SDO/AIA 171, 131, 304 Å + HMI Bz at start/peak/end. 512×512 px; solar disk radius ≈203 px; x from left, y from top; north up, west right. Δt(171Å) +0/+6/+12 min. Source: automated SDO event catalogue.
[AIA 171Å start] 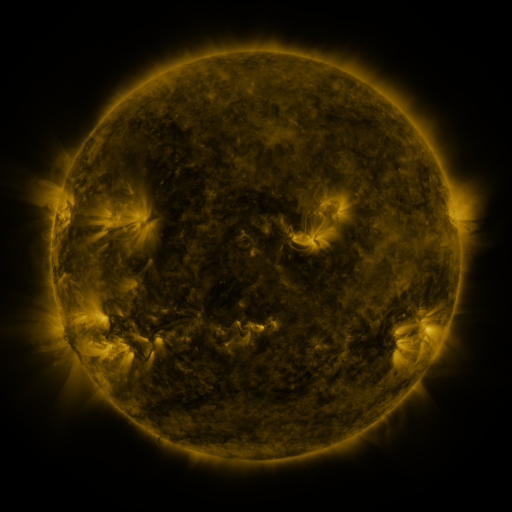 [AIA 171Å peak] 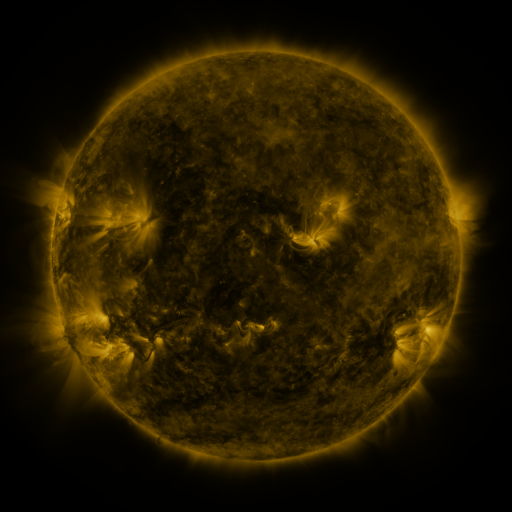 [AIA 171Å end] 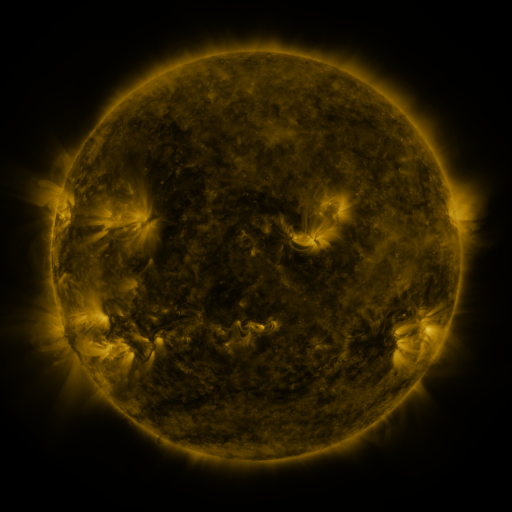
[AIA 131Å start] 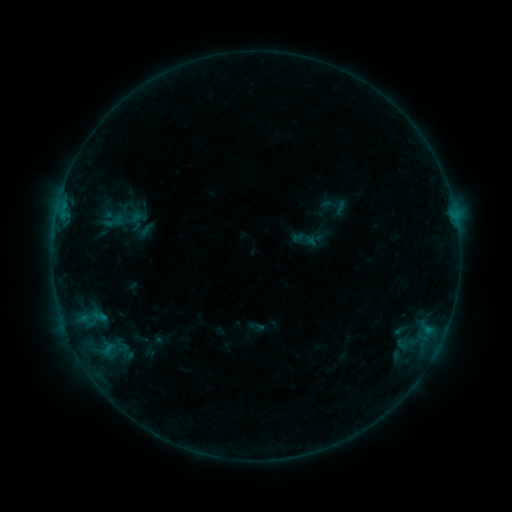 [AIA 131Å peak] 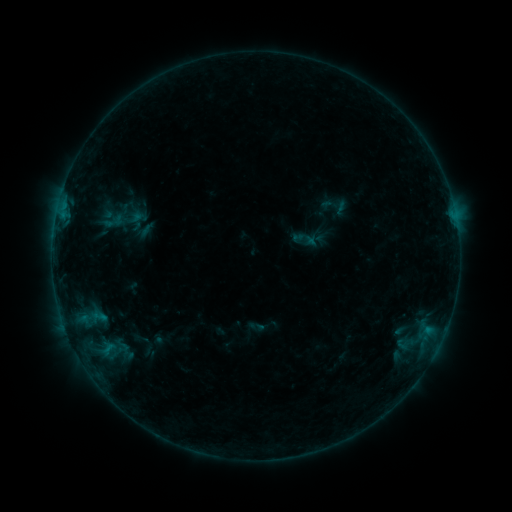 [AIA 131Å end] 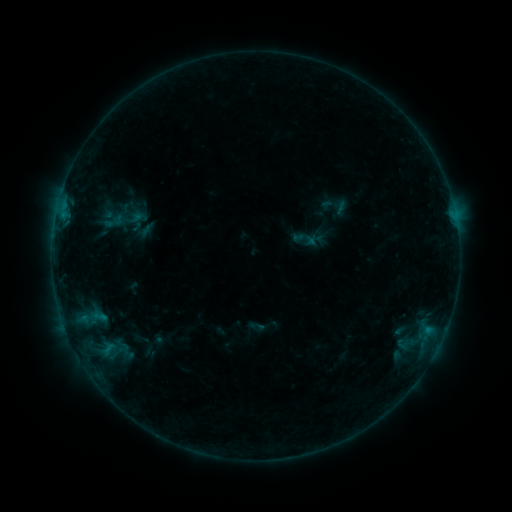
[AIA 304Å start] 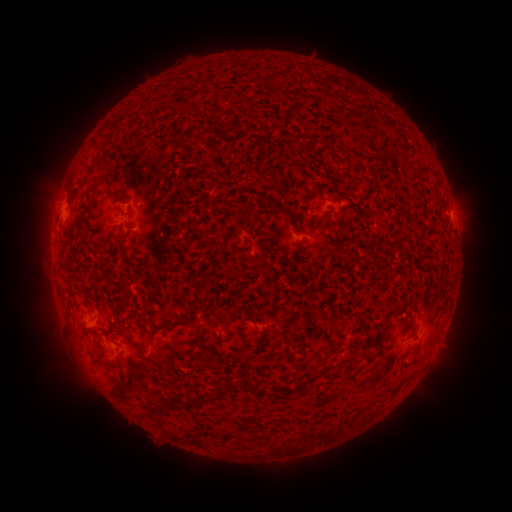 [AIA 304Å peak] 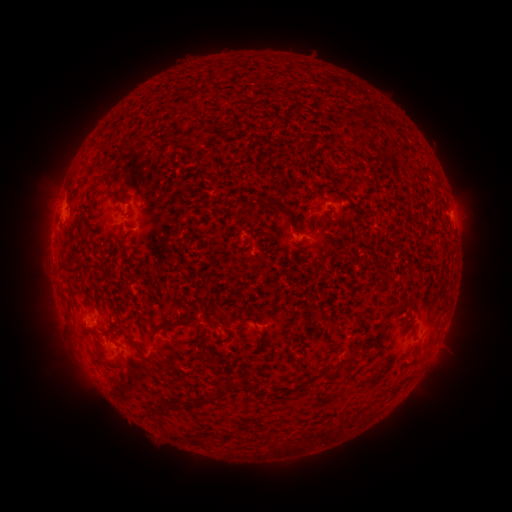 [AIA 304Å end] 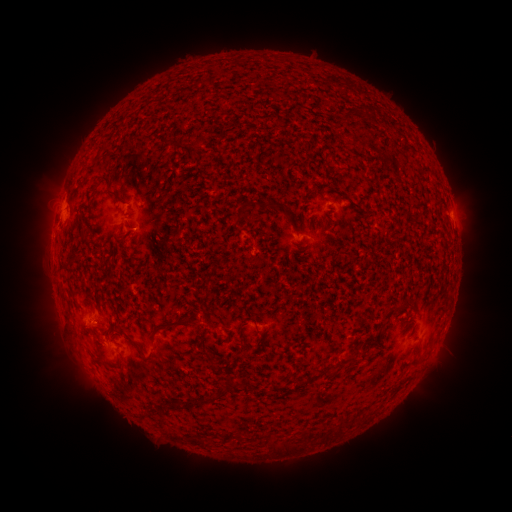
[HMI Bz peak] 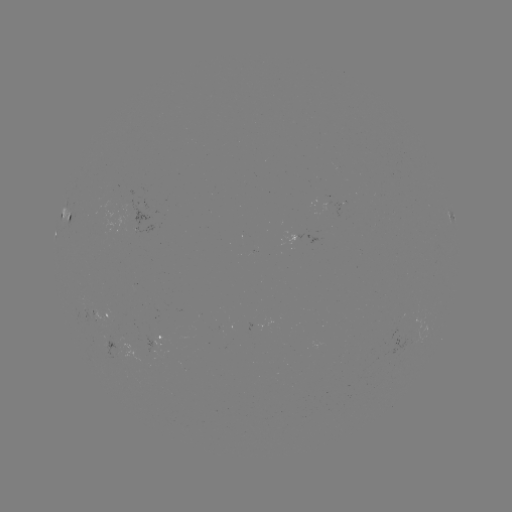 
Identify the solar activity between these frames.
no catalogued flare and no flagged EUV brightening in this window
